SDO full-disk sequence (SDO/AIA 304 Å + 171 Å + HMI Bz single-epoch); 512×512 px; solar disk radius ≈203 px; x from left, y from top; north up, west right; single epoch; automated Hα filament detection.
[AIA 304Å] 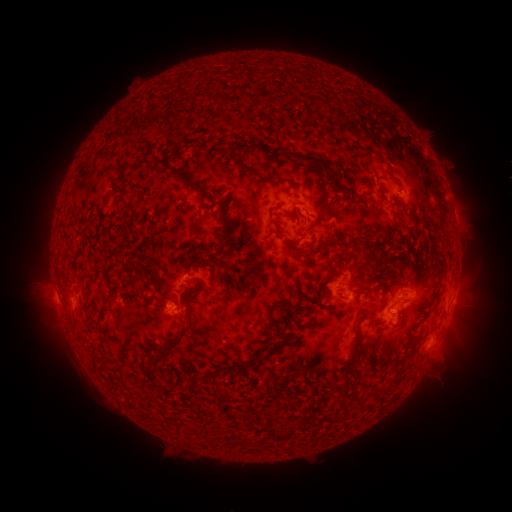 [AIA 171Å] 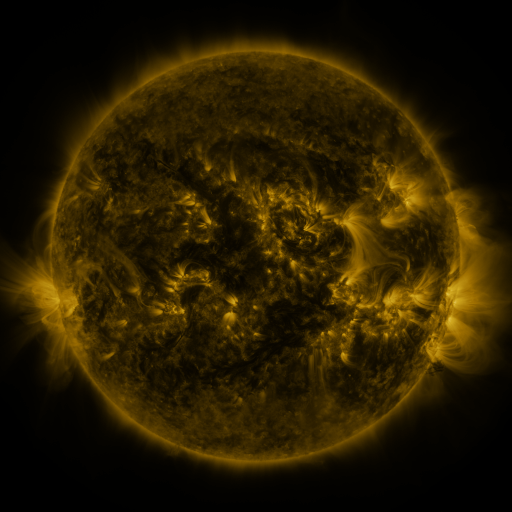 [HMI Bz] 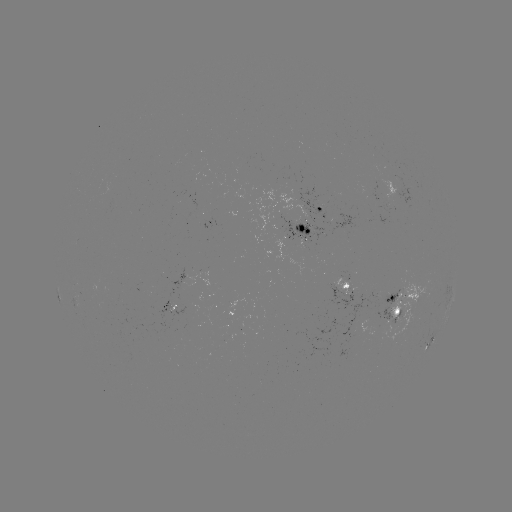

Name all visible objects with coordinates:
filament: (221, 57, 278, 72)
filament: (182, 64, 210, 84)
filament: (338, 79, 398, 122)
filament: (111, 86, 159, 128)
filament: (237, 139, 286, 154)
filament: (130, 140, 146, 148)
filament: (88, 144, 97, 158)
filament: (227, 149, 240, 160)
filament: (106, 151, 117, 159)
filament: (291, 151, 333, 172)
filament: (152, 158, 206, 198)
filament: (237, 165, 299, 191)
filament: (201, 185, 253, 250)
filament: (175, 197, 188, 208)
filament: (189, 208, 216, 231)
filament: (268, 216, 298, 245)
filament: (227, 227, 253, 253)
filament: (323, 237, 332, 247)
filament: (185, 245, 218, 270)
filament: (302, 248, 312, 256)
filament: (384, 281, 400, 294)
filament: (351, 286, 363, 293)
filament: (349, 302, 378, 366)
filament: (392, 304, 424, 339)
filament: (374, 314, 387, 330)
filament: (151, 323, 190, 368)
